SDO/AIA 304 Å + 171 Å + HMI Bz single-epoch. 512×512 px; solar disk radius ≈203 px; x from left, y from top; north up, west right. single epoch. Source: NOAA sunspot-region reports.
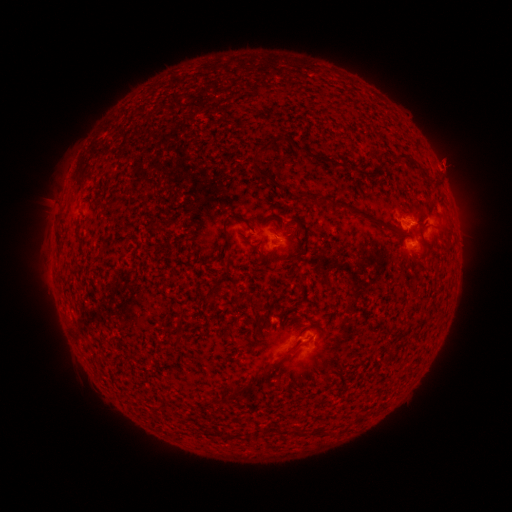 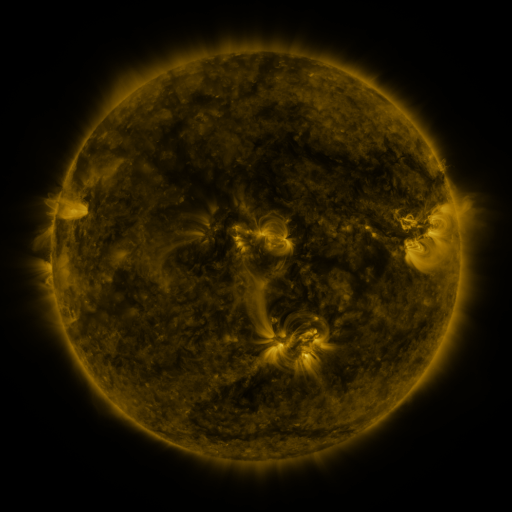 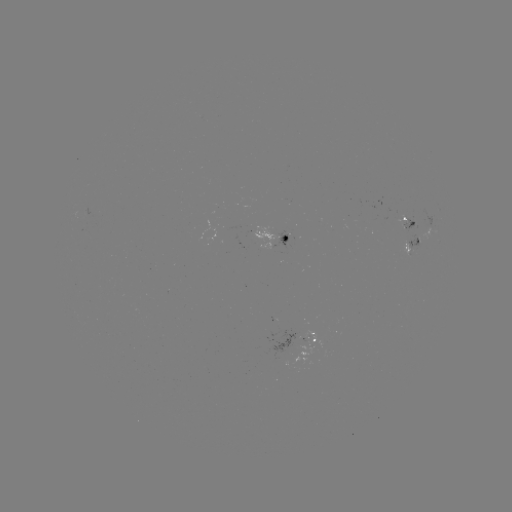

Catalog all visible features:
spotted active region: (410, 226)
spotted active region: (273, 238)
spotted active region: (412, 243)
spotted active region: (319, 341)
